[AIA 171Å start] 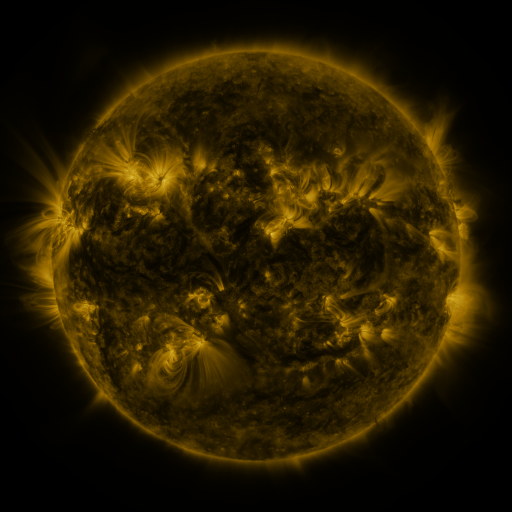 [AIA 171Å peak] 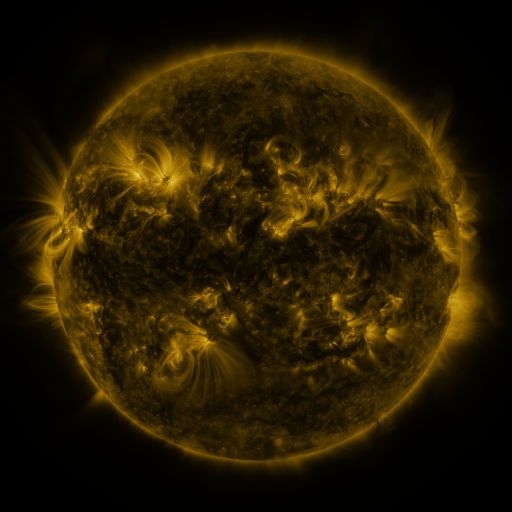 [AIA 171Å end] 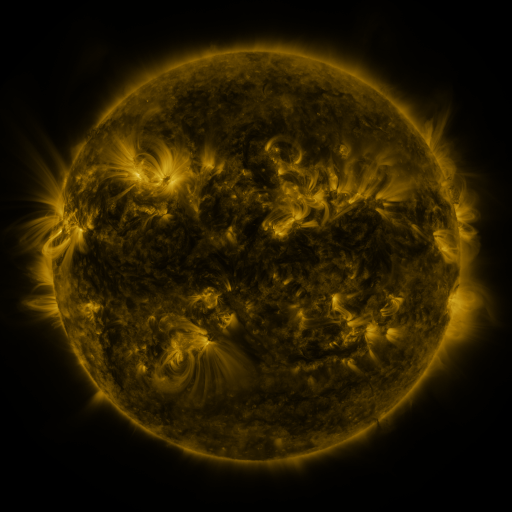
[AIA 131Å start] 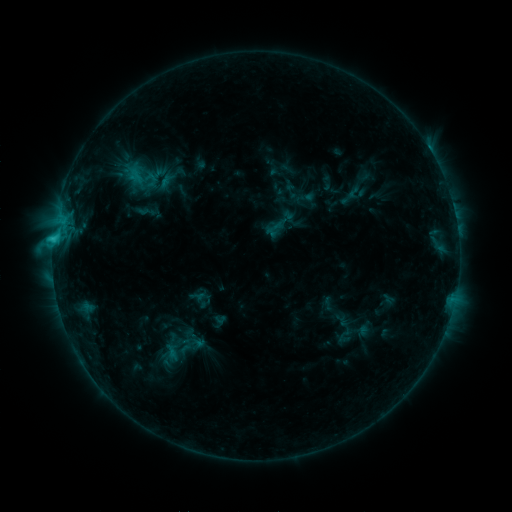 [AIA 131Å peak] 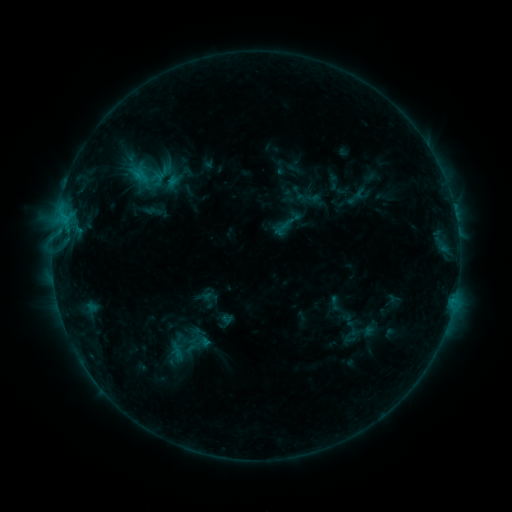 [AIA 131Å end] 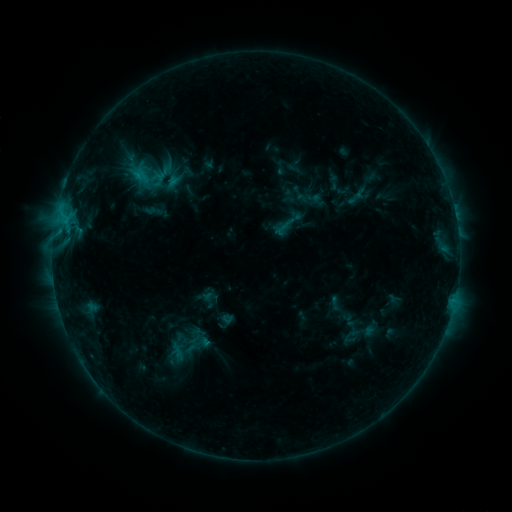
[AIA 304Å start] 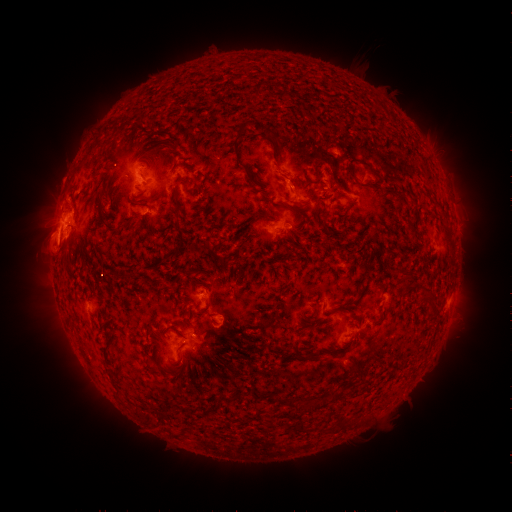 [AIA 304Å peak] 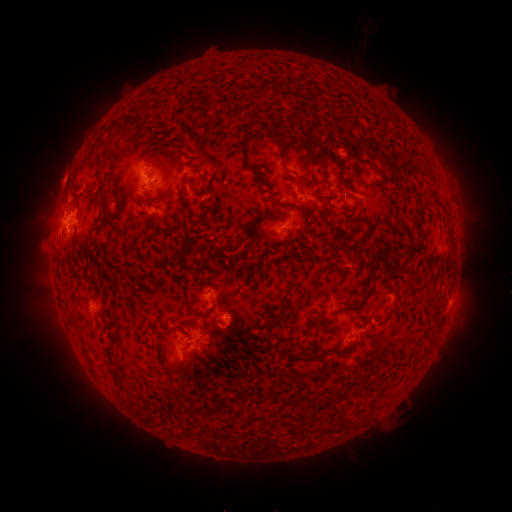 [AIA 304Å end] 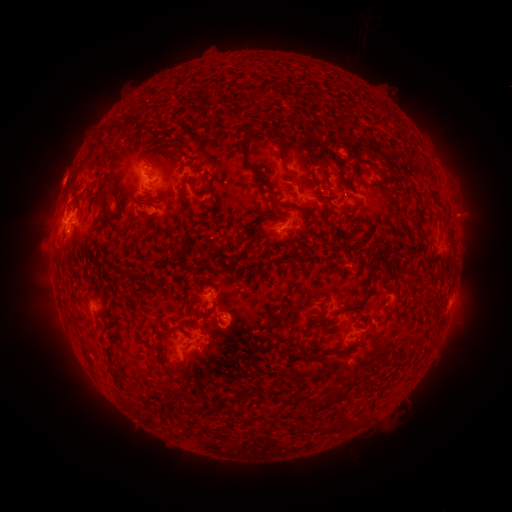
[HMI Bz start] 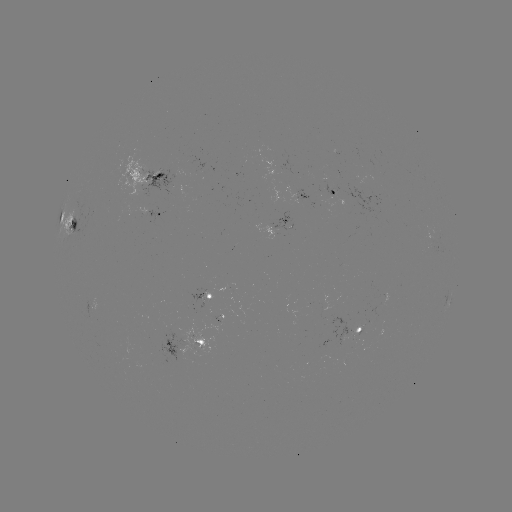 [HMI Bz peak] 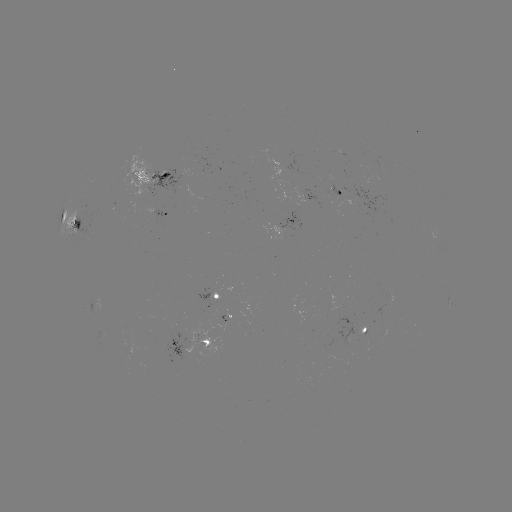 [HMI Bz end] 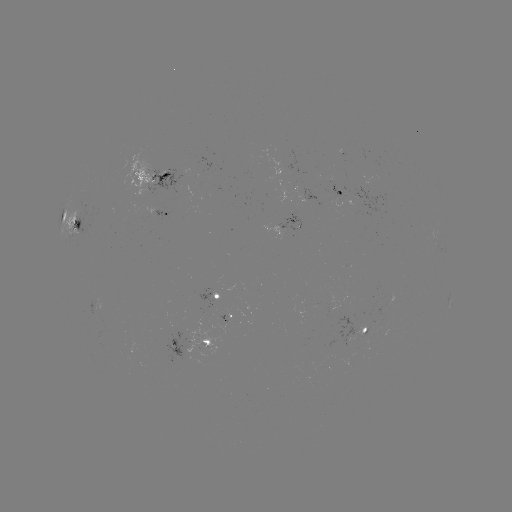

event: emerging-flux region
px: (223, 317)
